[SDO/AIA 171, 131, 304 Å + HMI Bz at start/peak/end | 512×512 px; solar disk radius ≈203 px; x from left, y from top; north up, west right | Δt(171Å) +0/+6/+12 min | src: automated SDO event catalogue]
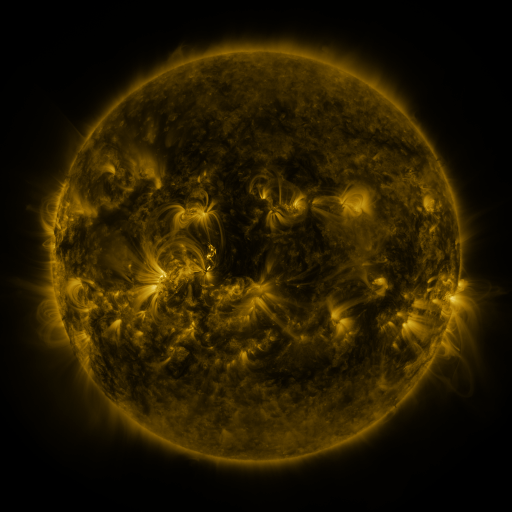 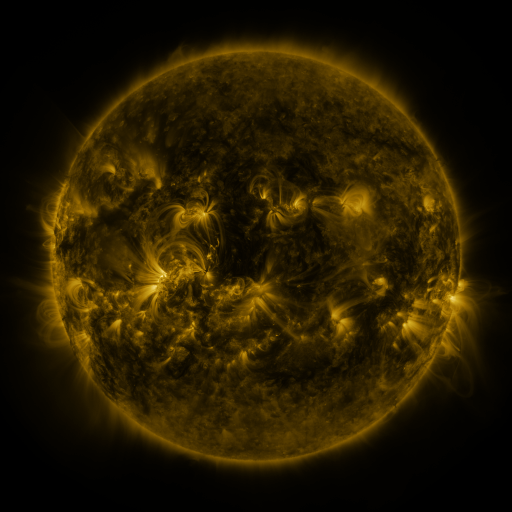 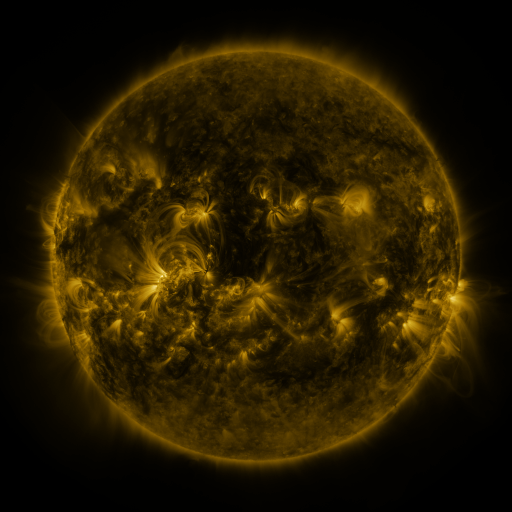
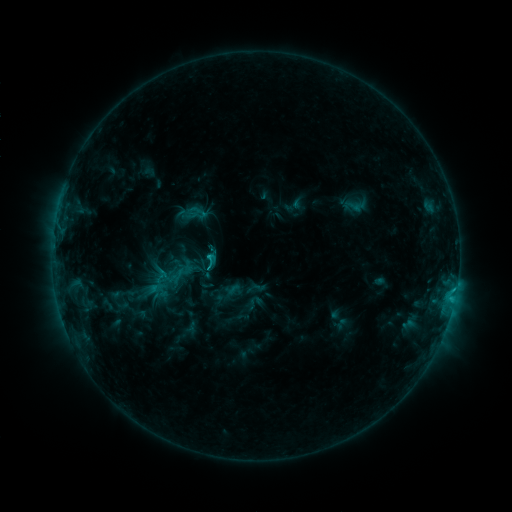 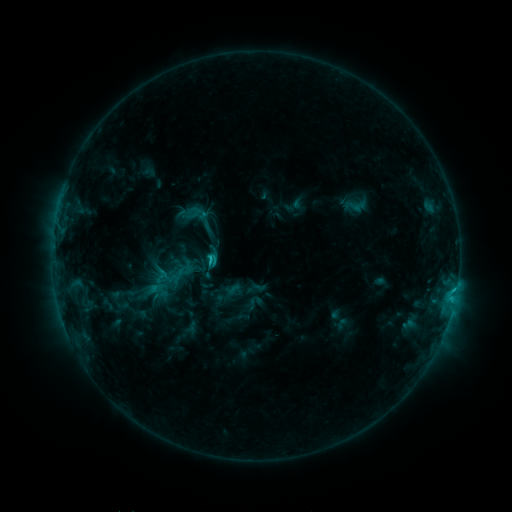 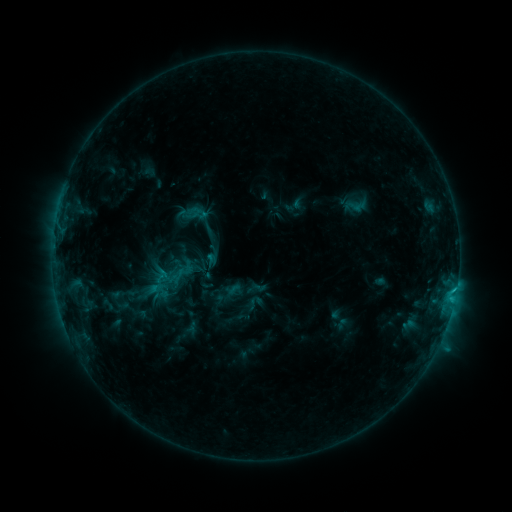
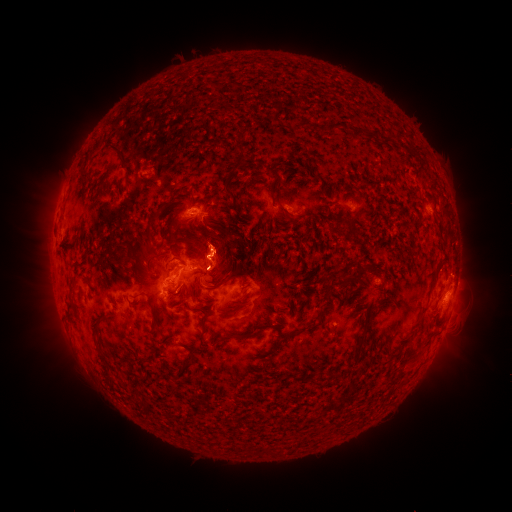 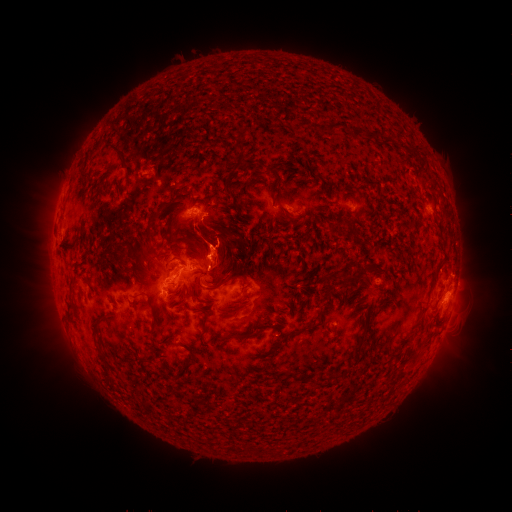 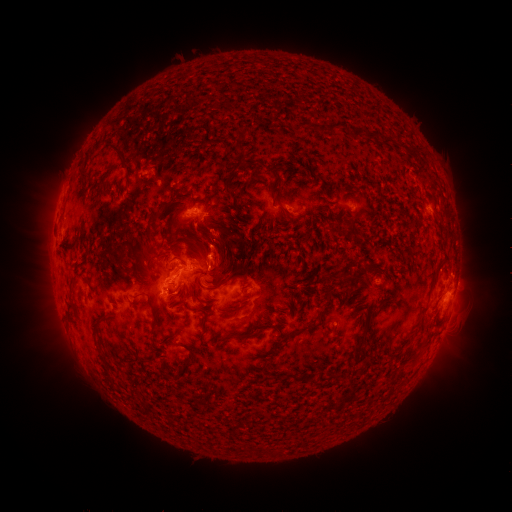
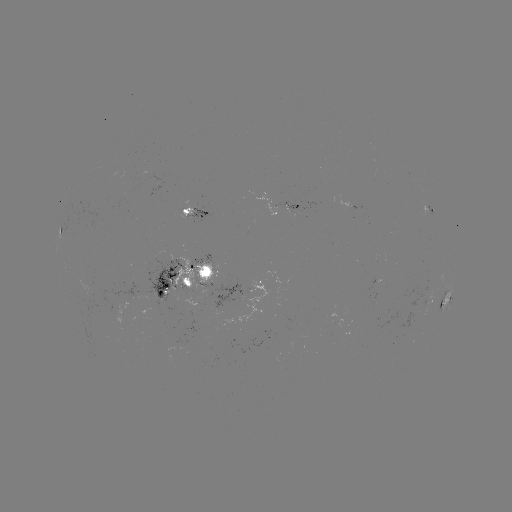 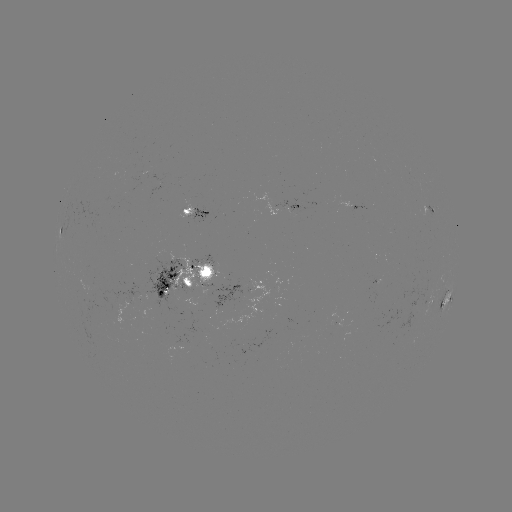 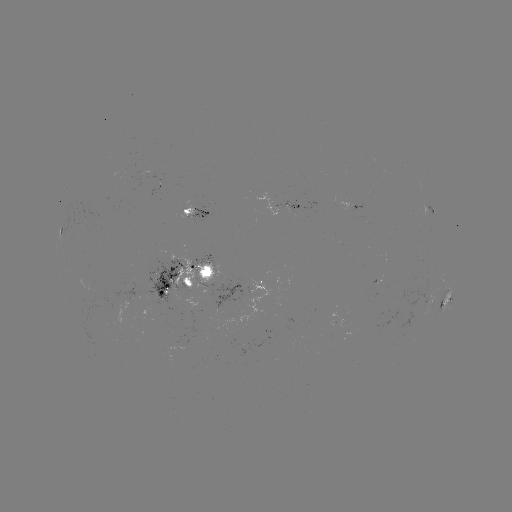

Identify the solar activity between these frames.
C2.6 flare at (210, 257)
